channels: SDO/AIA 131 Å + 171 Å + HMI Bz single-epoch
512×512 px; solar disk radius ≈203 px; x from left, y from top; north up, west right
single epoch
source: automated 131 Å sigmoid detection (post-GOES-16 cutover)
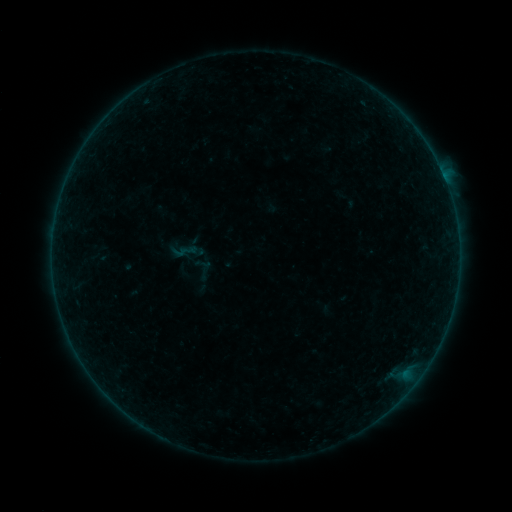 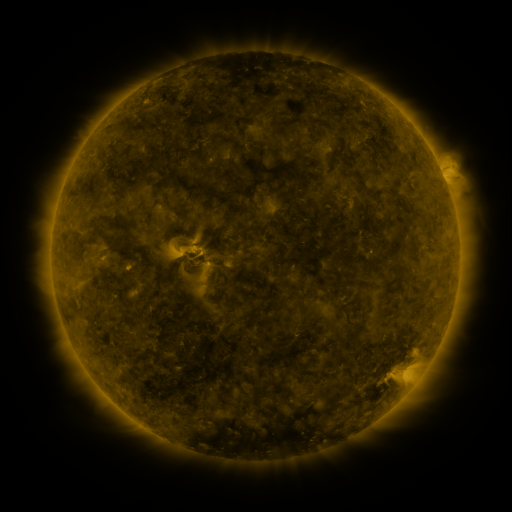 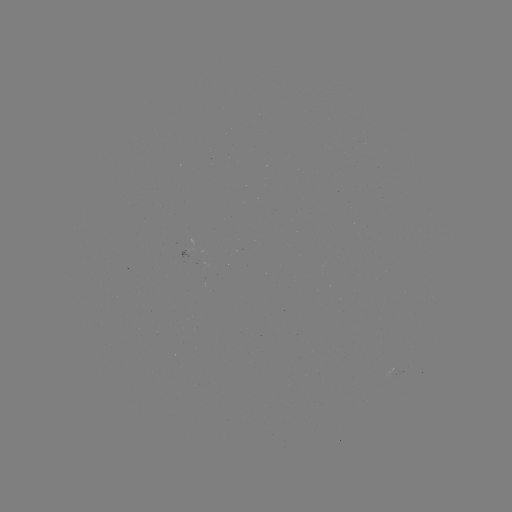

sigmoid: [172, 243, 190, 261]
